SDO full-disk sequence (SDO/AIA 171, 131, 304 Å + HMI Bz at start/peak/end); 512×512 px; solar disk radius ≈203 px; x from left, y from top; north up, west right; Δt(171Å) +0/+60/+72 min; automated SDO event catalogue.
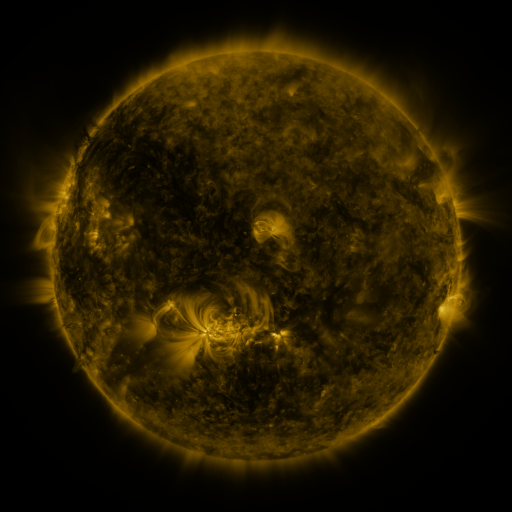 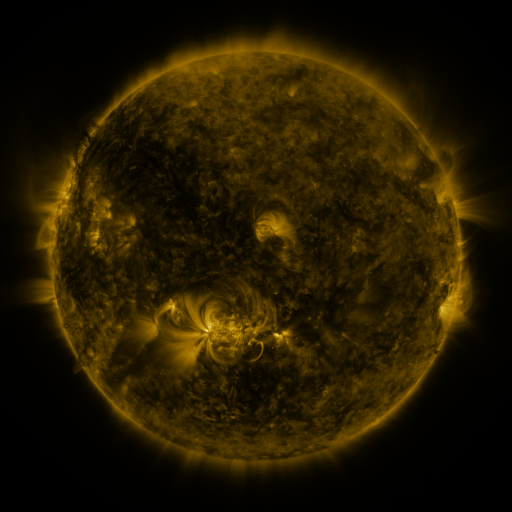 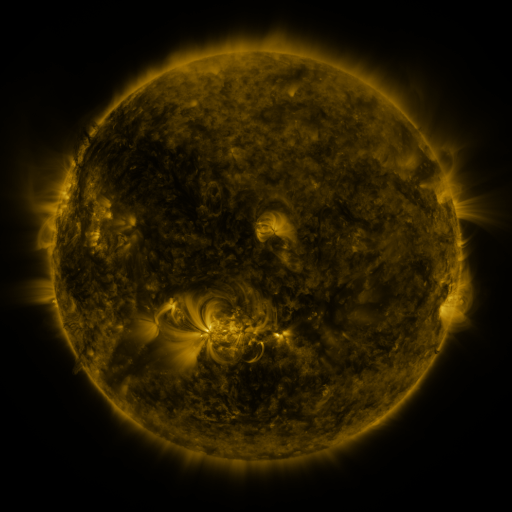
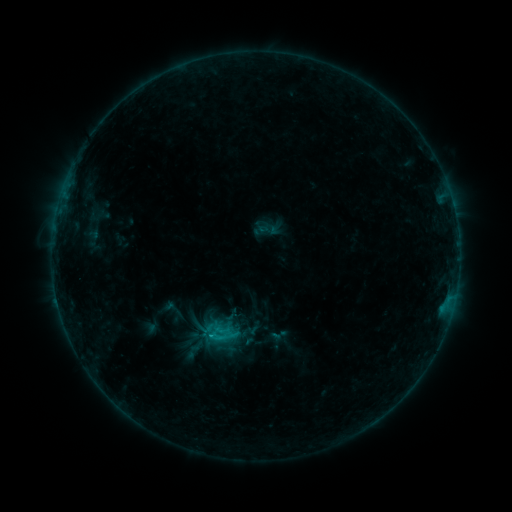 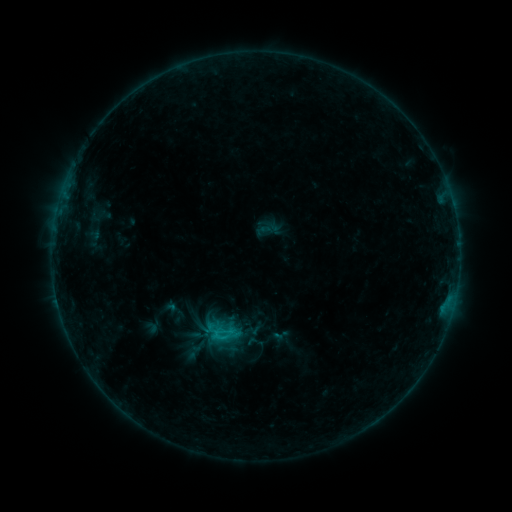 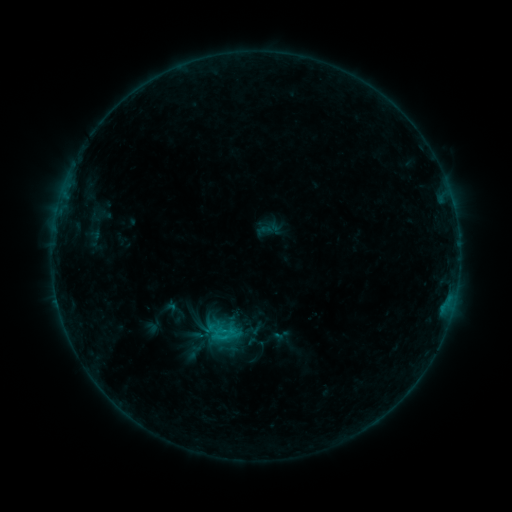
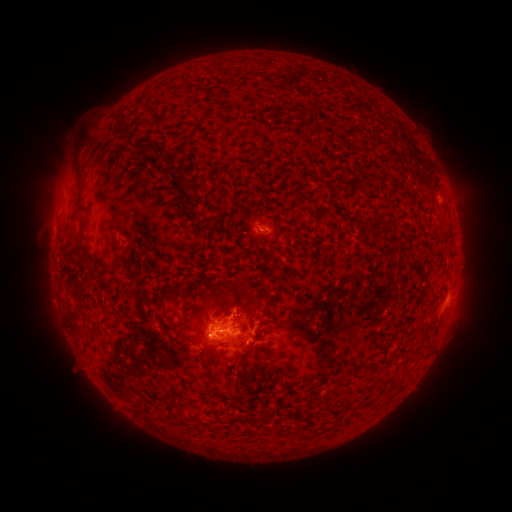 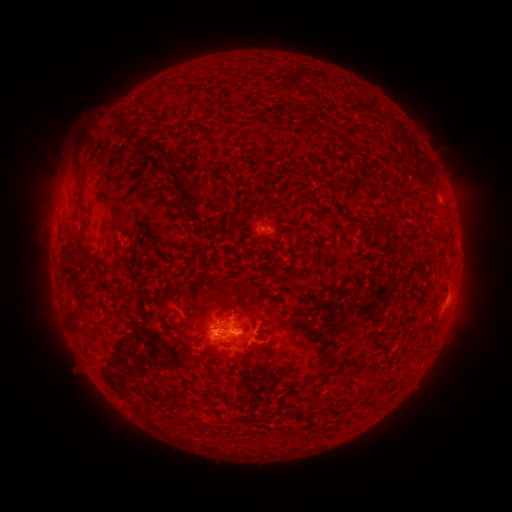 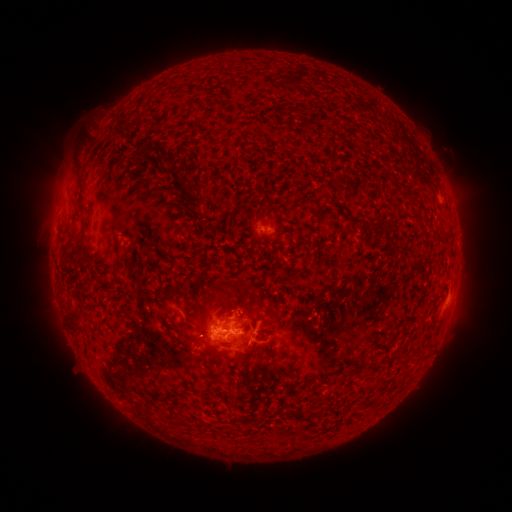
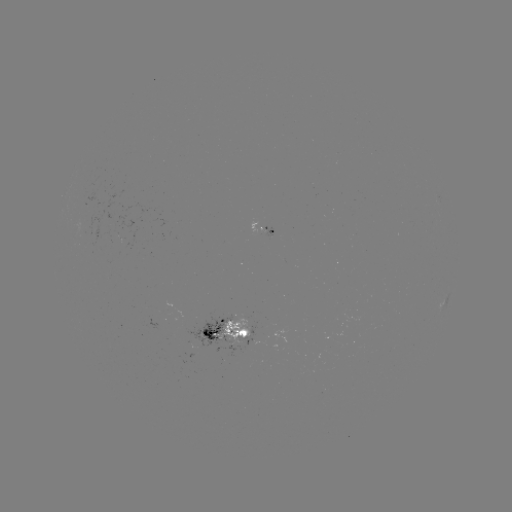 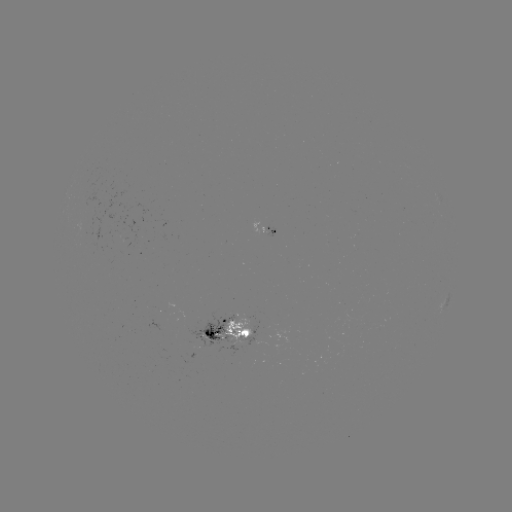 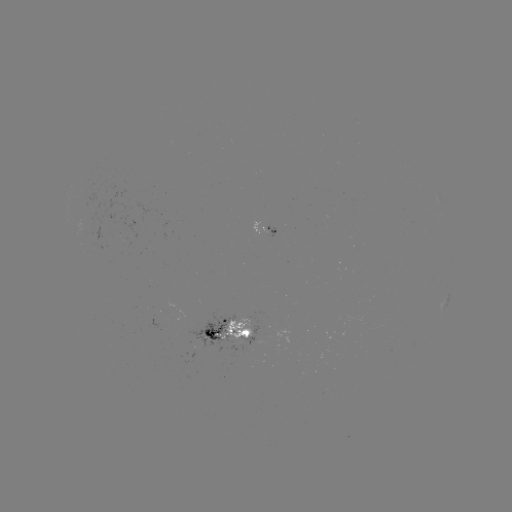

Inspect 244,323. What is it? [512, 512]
emerging-flux region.